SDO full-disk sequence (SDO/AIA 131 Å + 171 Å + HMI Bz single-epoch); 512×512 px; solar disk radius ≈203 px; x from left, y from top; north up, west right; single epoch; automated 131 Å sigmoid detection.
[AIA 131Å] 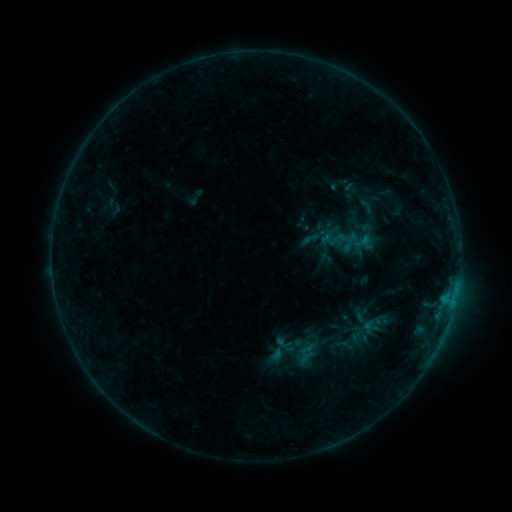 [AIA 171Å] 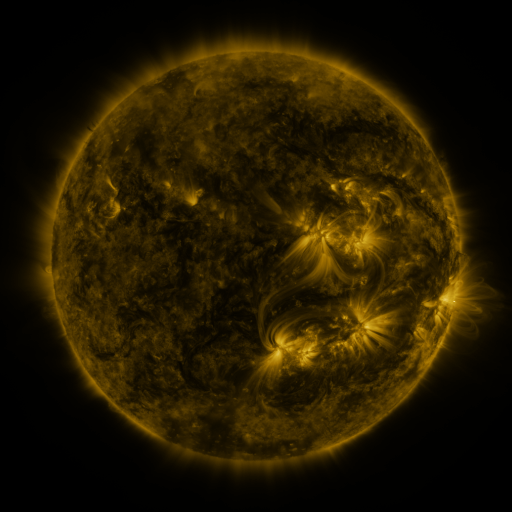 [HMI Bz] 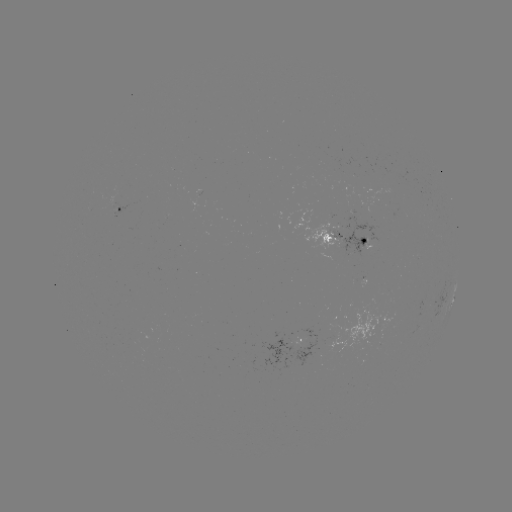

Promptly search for sigmoid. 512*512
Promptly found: [311, 238].